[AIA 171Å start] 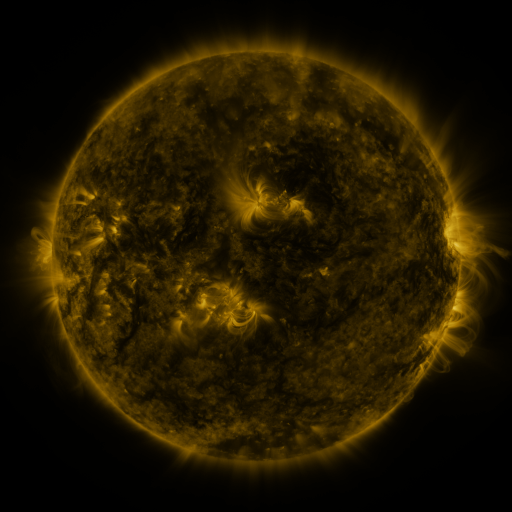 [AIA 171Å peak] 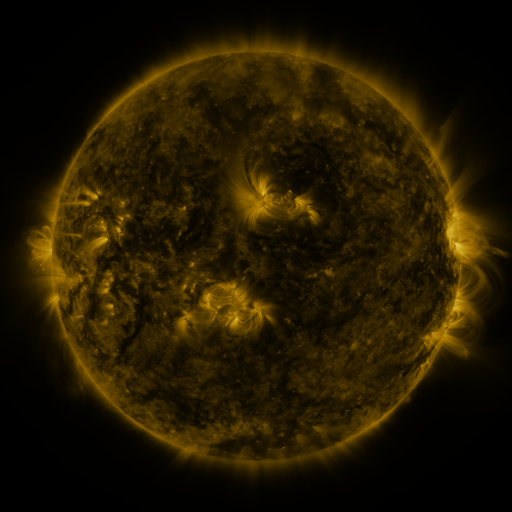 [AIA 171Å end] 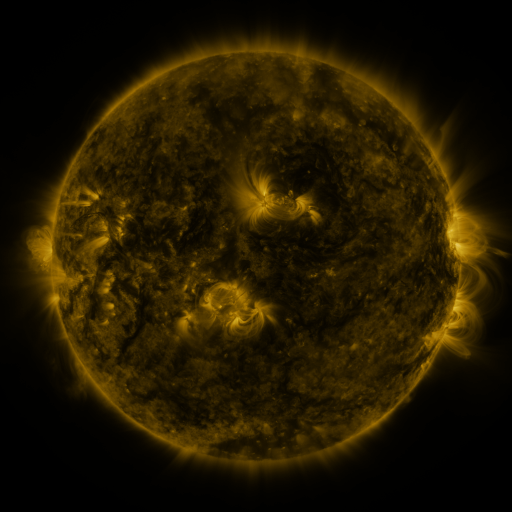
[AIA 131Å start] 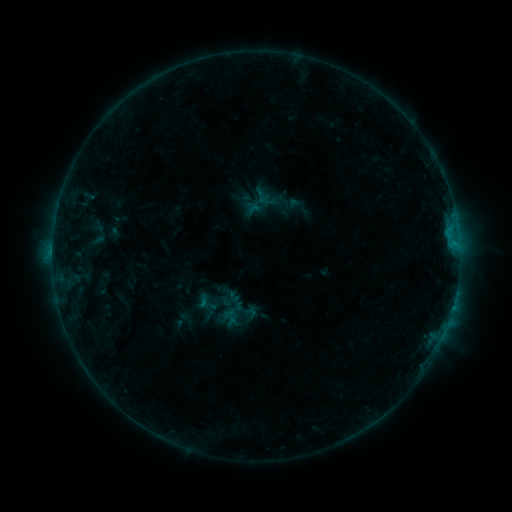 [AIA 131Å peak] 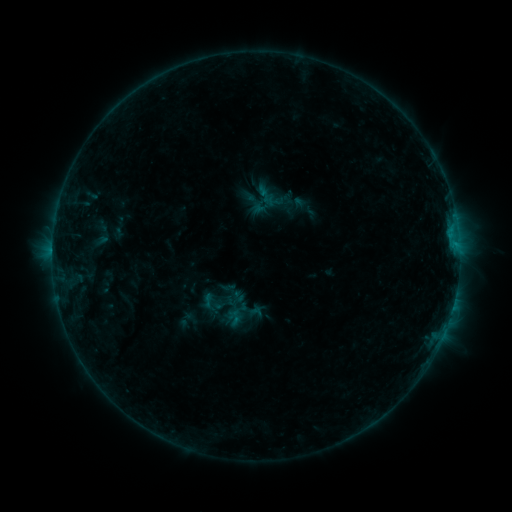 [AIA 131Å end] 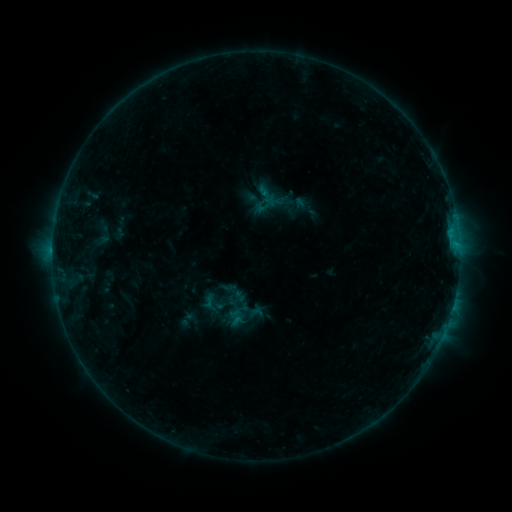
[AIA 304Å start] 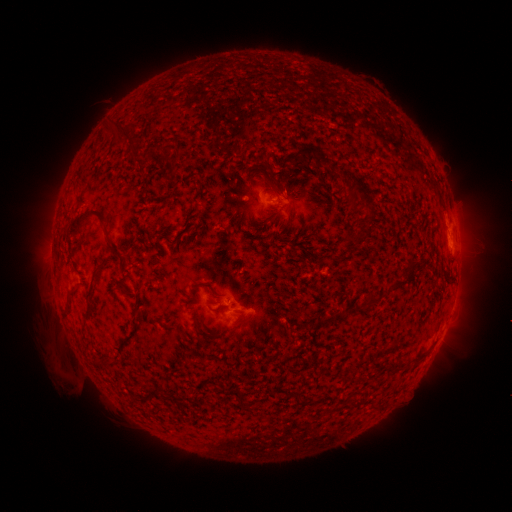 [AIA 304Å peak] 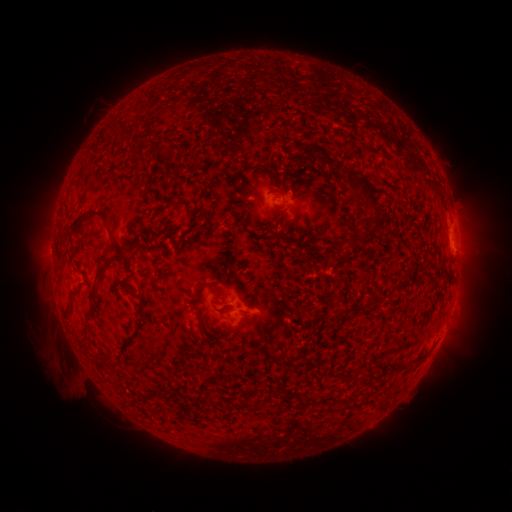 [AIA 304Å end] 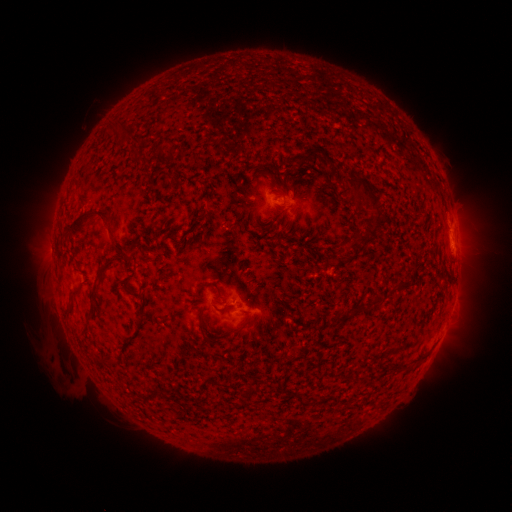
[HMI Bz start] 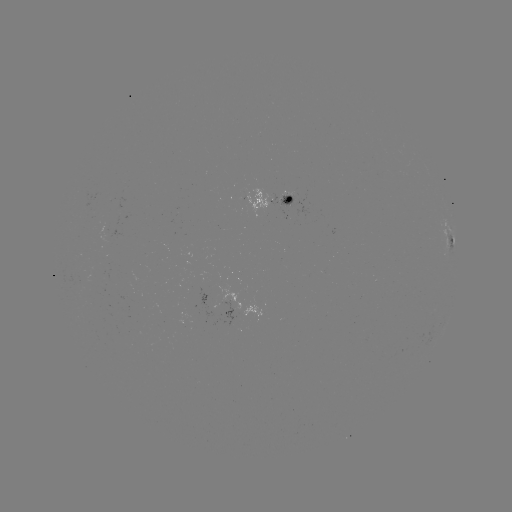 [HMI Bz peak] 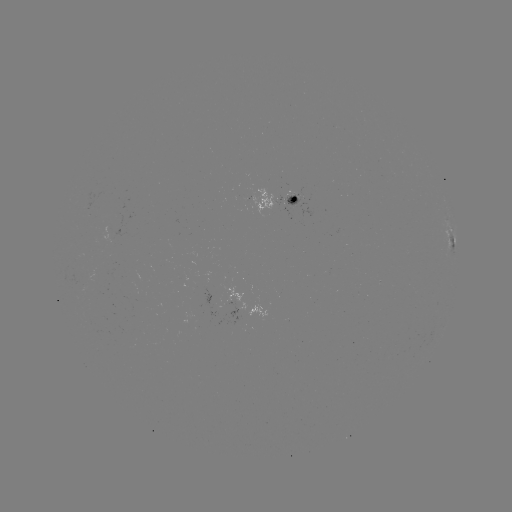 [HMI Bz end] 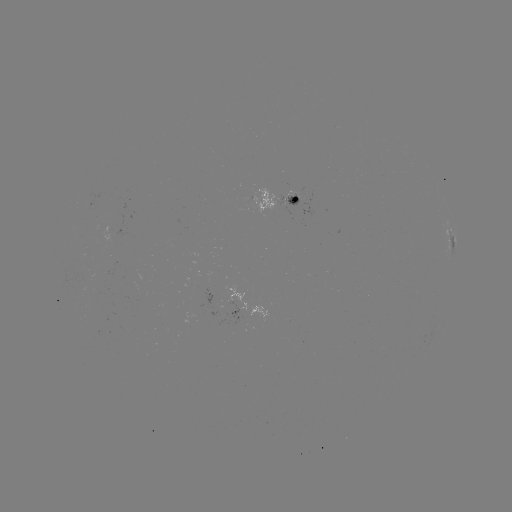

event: emerging-flux region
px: (187, 323)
